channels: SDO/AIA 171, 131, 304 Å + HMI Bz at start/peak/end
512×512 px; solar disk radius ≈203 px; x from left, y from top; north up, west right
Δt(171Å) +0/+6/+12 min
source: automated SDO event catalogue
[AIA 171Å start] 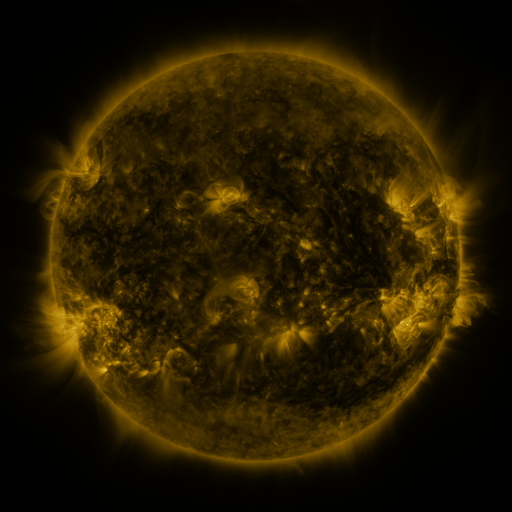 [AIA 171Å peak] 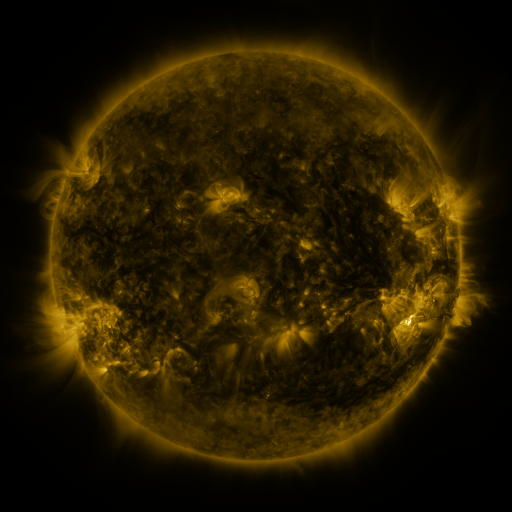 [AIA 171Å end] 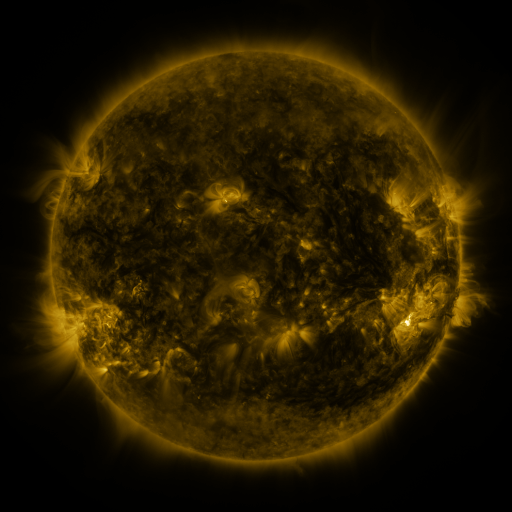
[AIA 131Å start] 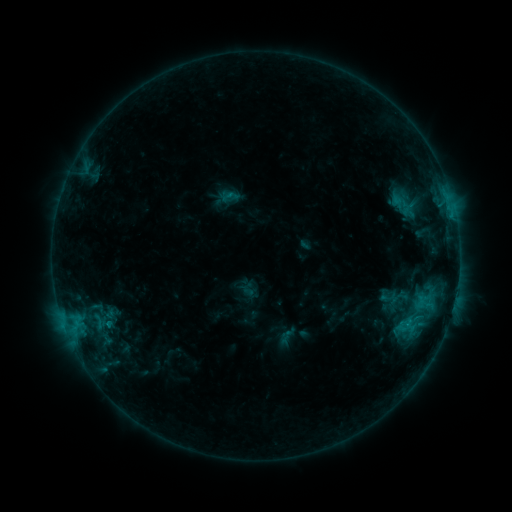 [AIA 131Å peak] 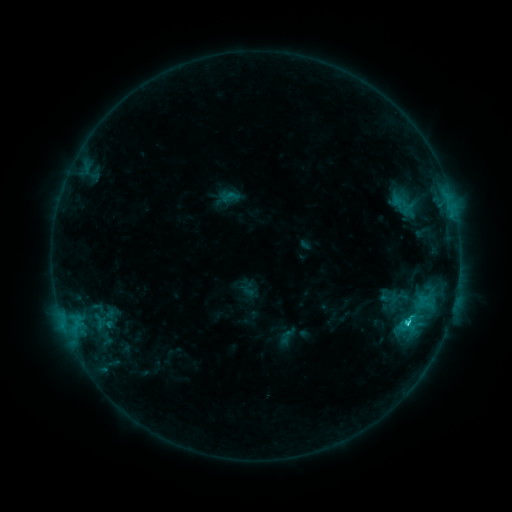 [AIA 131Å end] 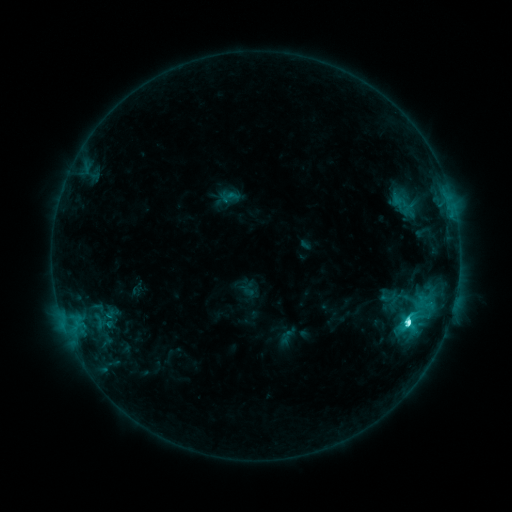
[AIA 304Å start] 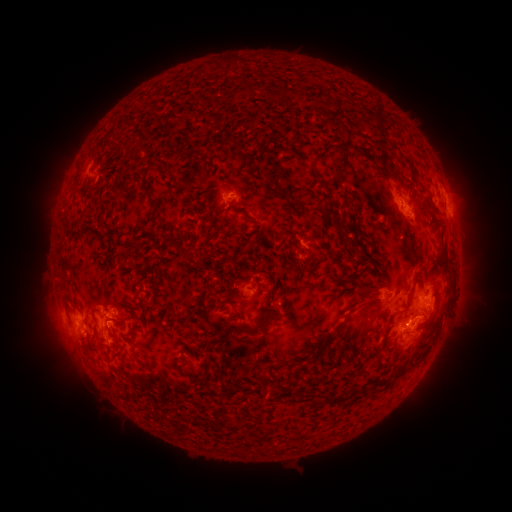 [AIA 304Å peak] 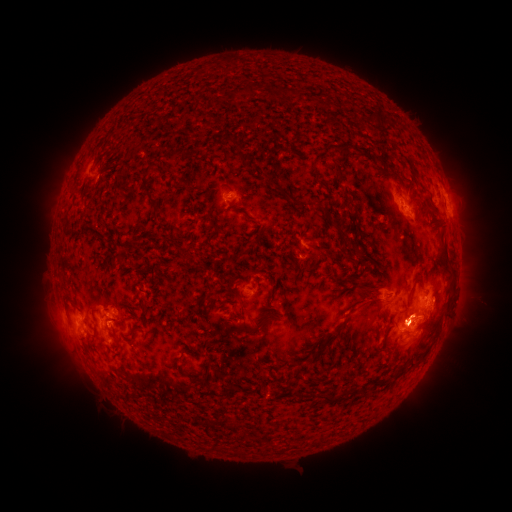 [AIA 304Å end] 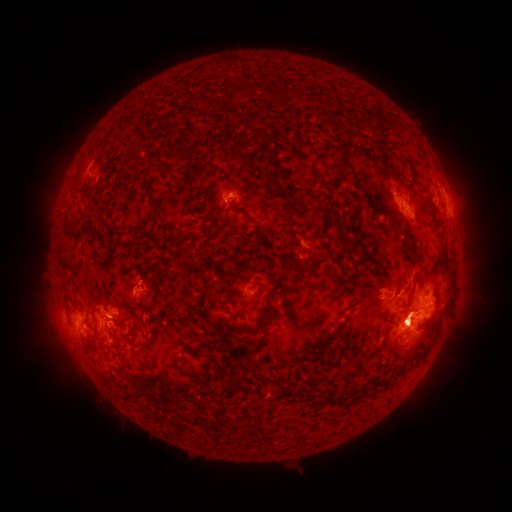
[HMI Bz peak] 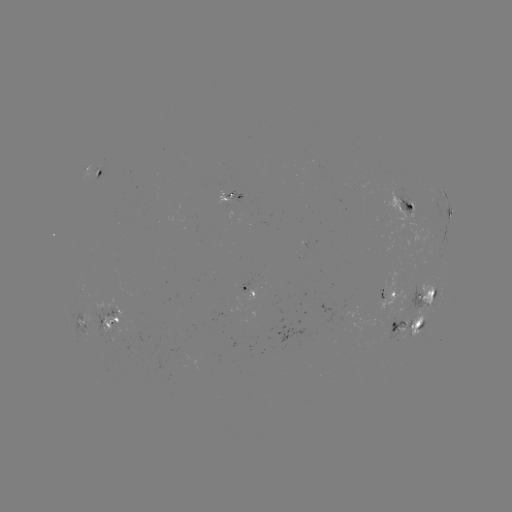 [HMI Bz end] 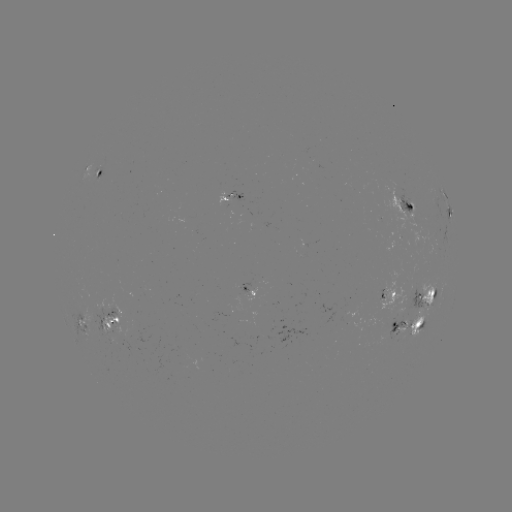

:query C7.8 flare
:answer (406, 320)